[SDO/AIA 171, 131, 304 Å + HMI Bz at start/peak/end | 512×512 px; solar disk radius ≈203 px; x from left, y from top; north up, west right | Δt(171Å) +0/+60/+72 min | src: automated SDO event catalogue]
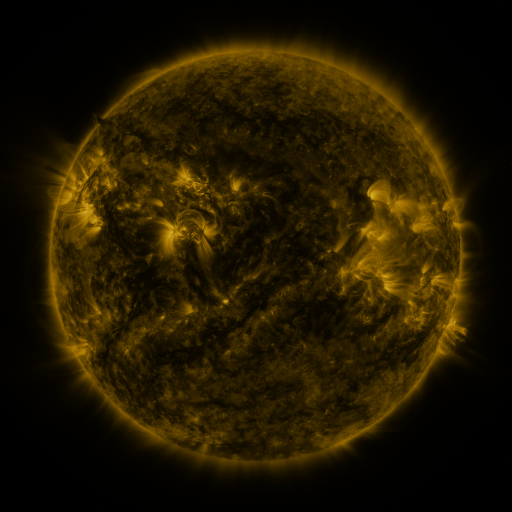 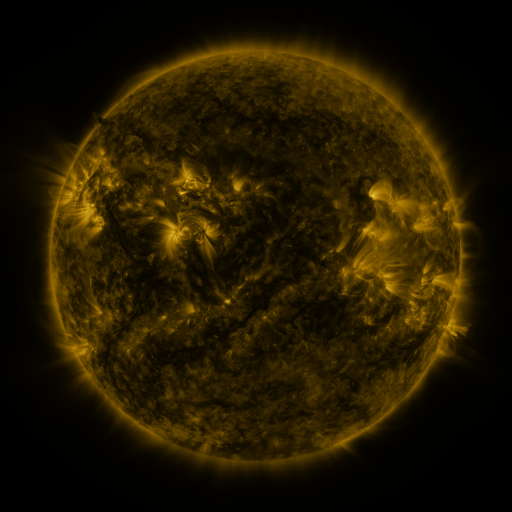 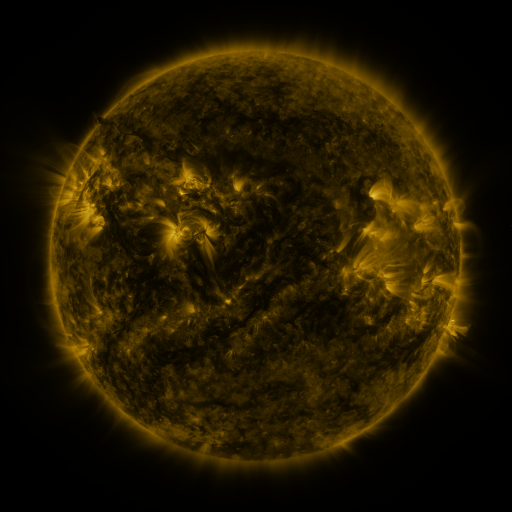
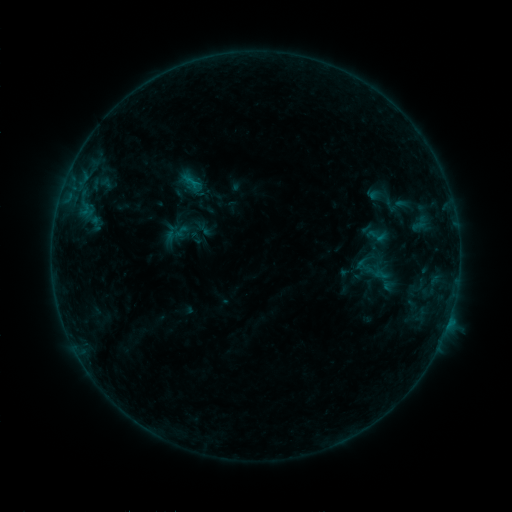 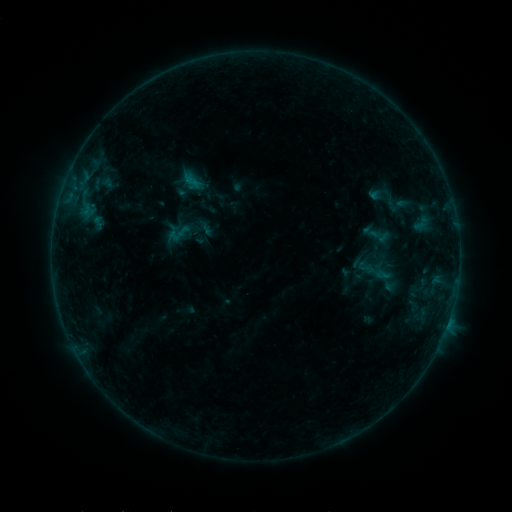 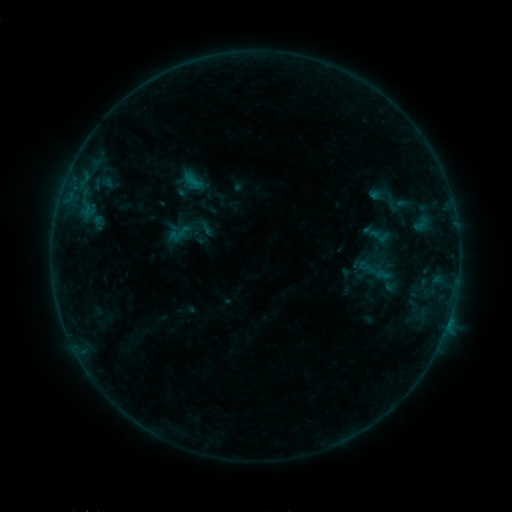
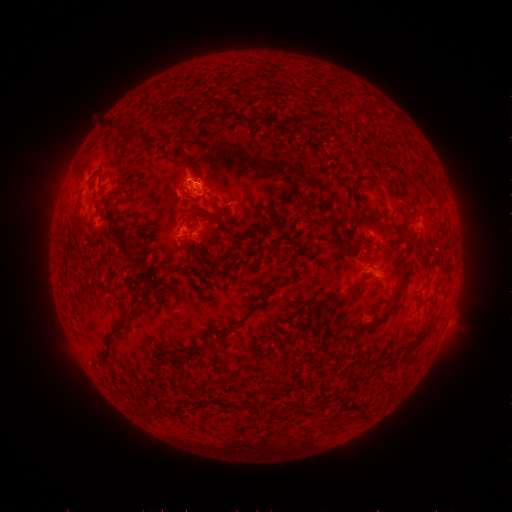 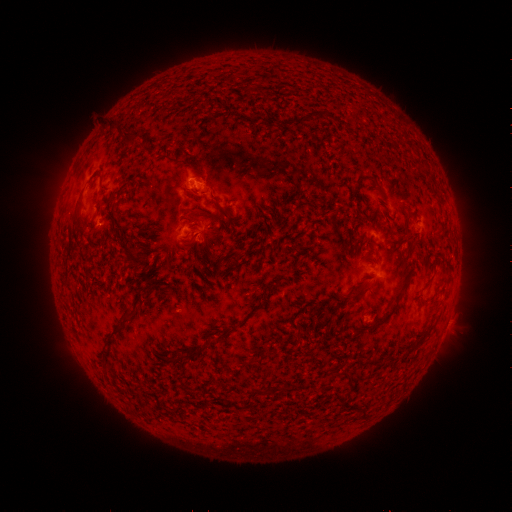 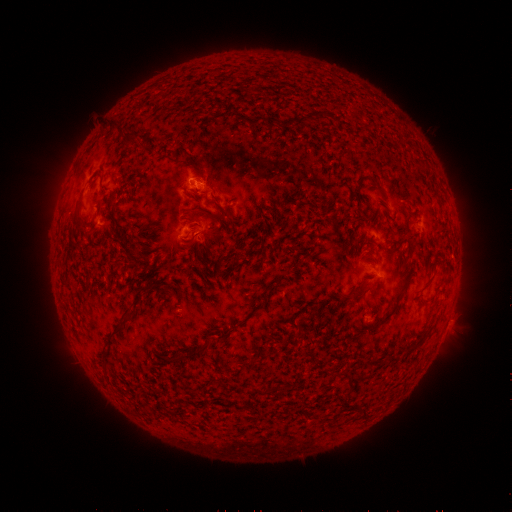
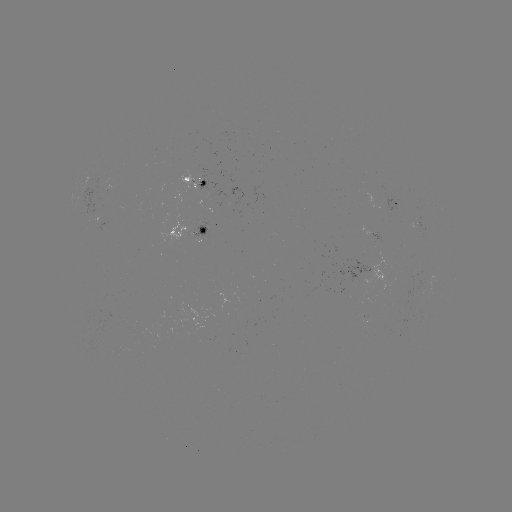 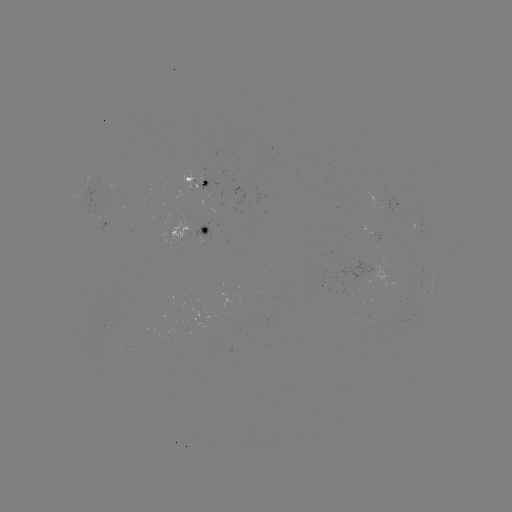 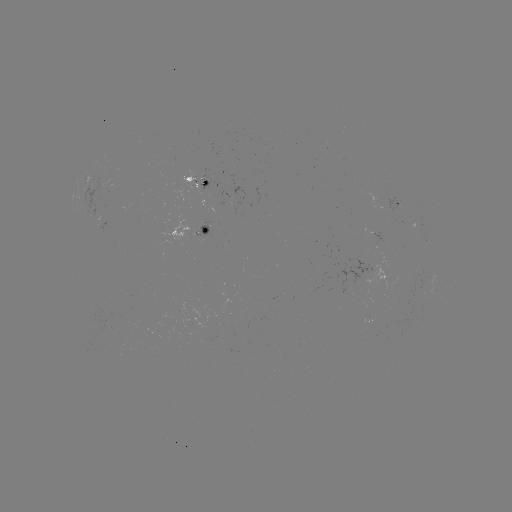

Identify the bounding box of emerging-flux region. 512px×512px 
[85, 179, 110, 216].